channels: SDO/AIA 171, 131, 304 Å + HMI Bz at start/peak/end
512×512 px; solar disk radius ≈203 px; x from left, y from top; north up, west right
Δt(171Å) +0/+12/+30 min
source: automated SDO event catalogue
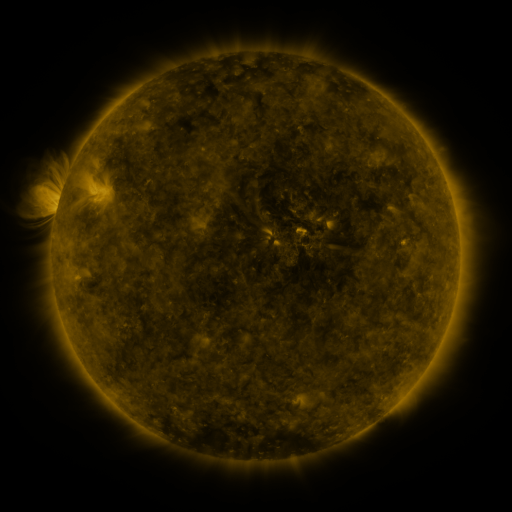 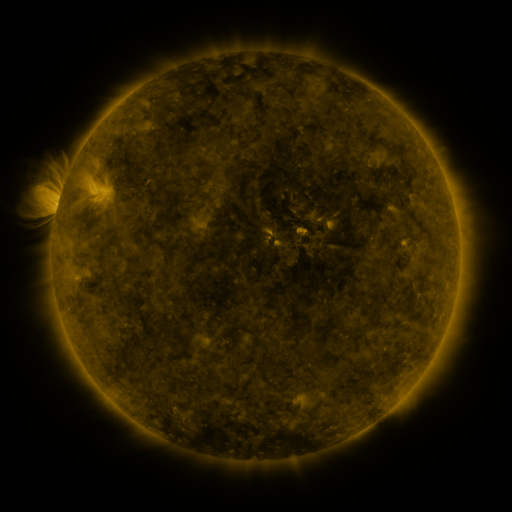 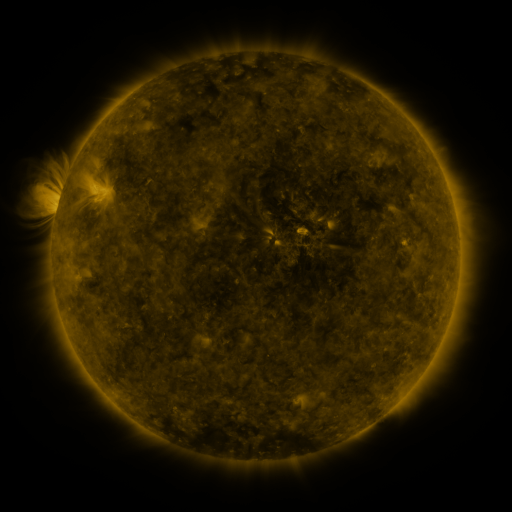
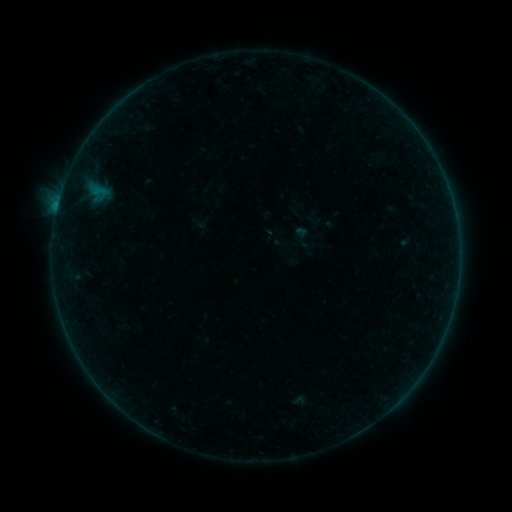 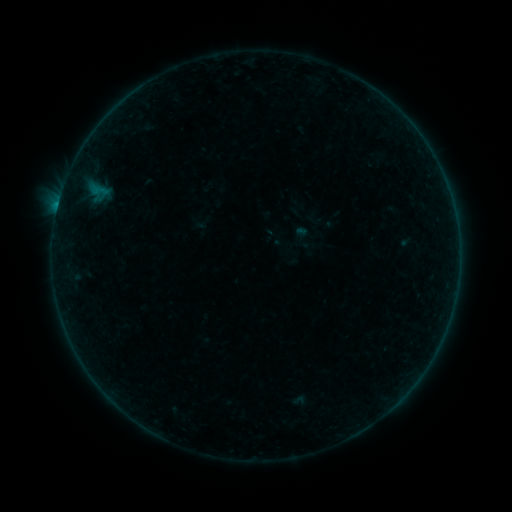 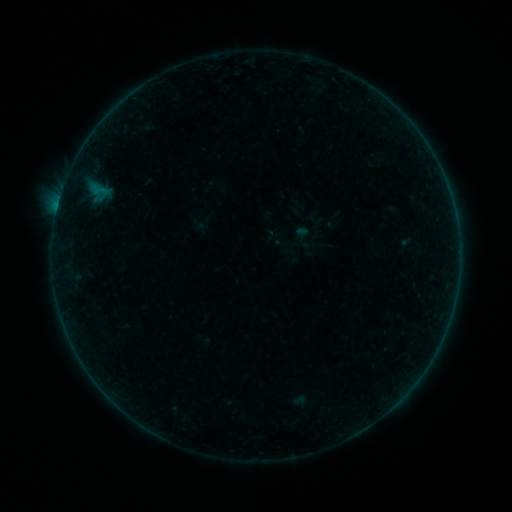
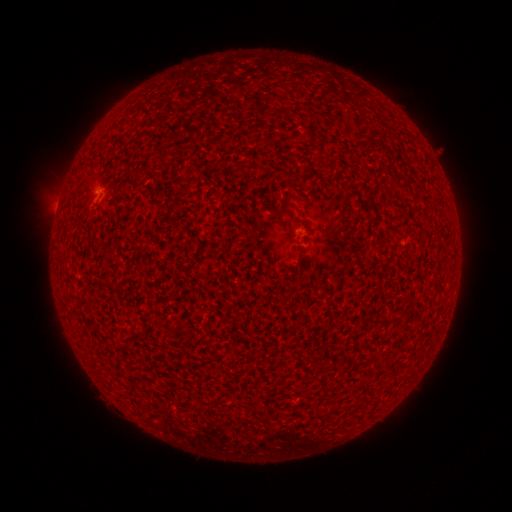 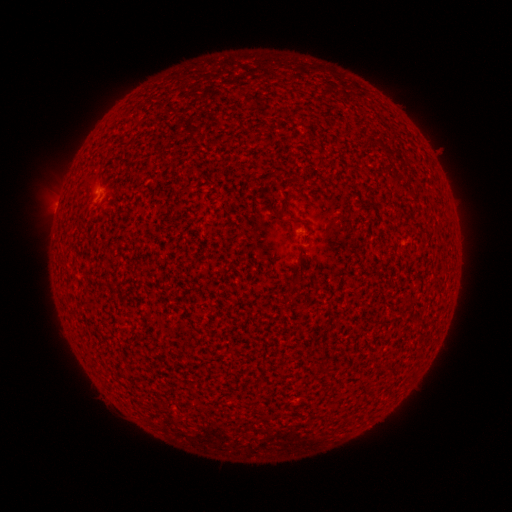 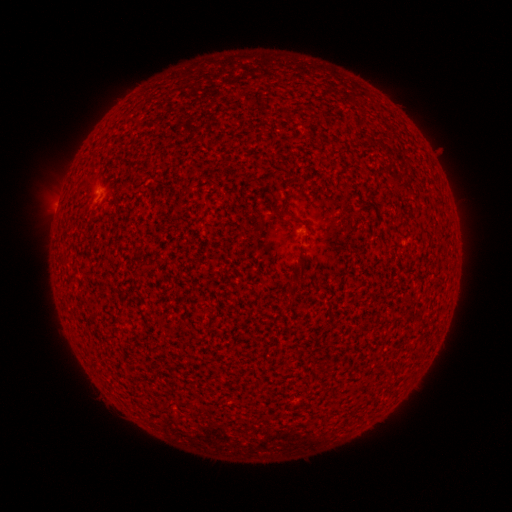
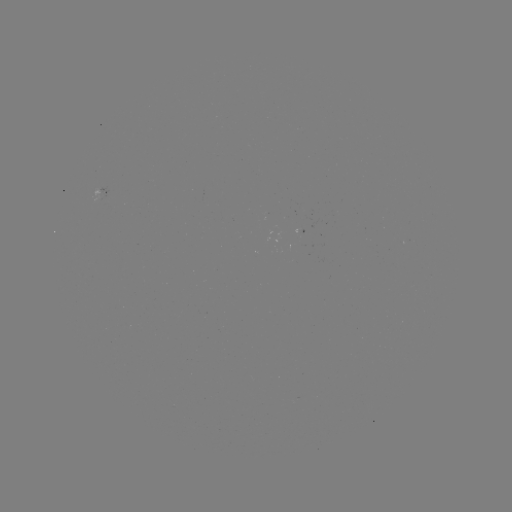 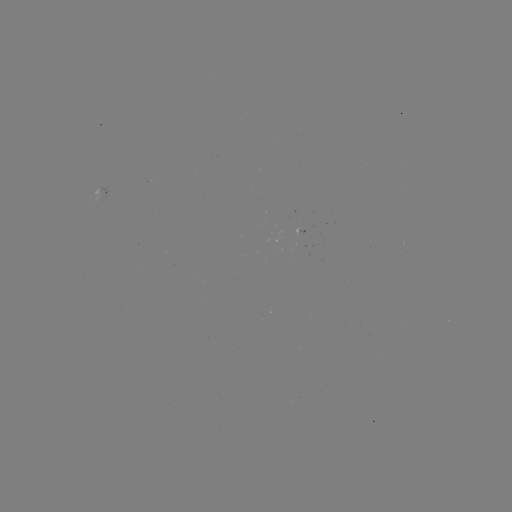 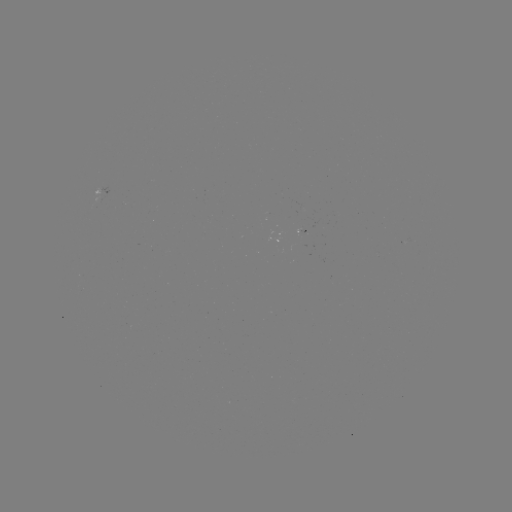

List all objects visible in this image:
B2.1 flare: (58, 206)
